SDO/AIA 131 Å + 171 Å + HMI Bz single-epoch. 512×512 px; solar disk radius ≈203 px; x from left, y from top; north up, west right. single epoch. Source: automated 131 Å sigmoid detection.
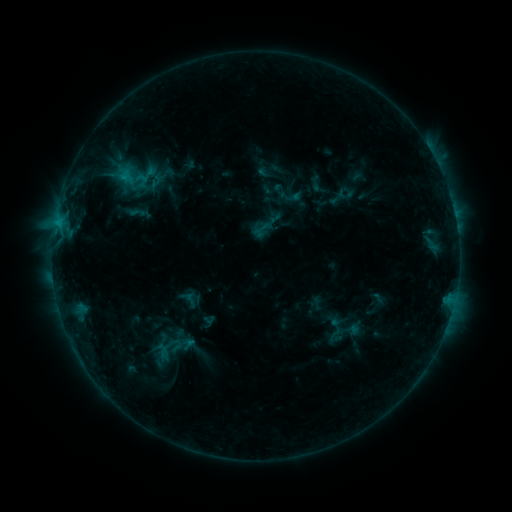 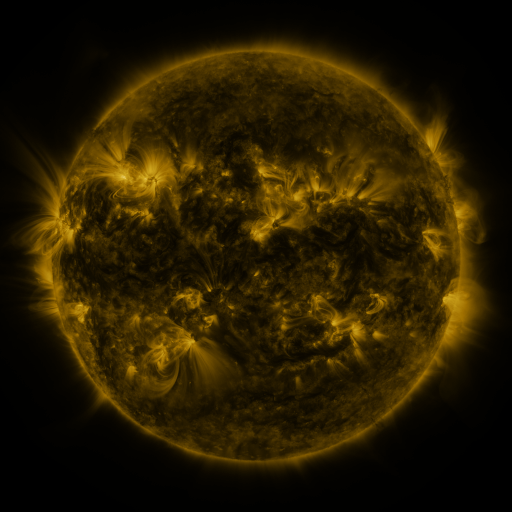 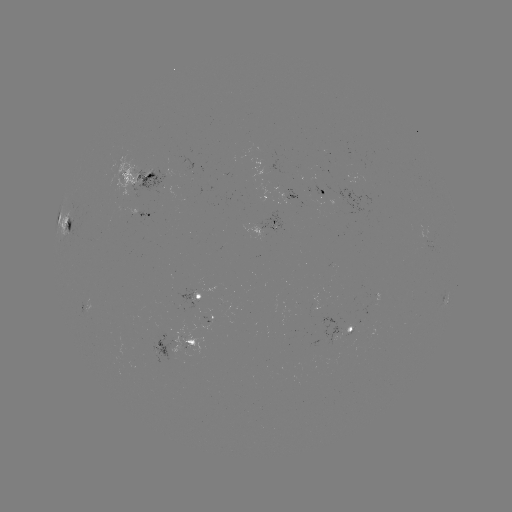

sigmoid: [326, 325, 343, 343]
